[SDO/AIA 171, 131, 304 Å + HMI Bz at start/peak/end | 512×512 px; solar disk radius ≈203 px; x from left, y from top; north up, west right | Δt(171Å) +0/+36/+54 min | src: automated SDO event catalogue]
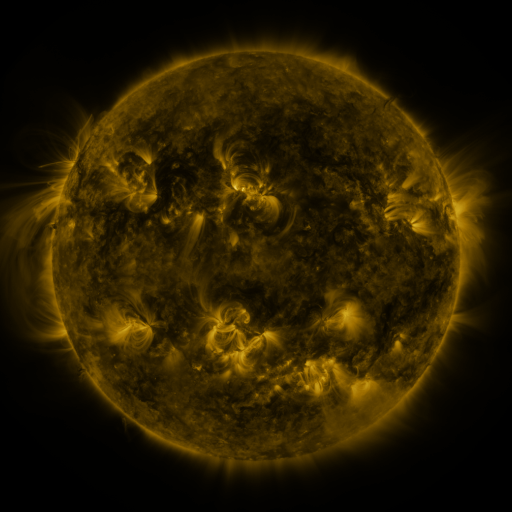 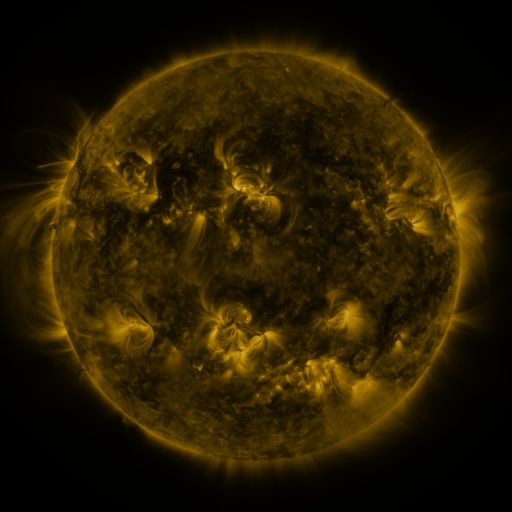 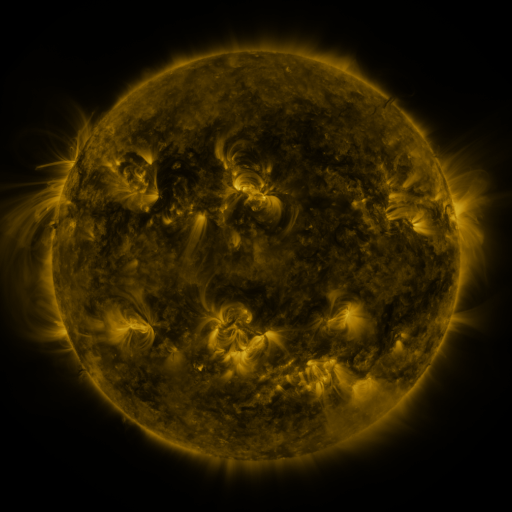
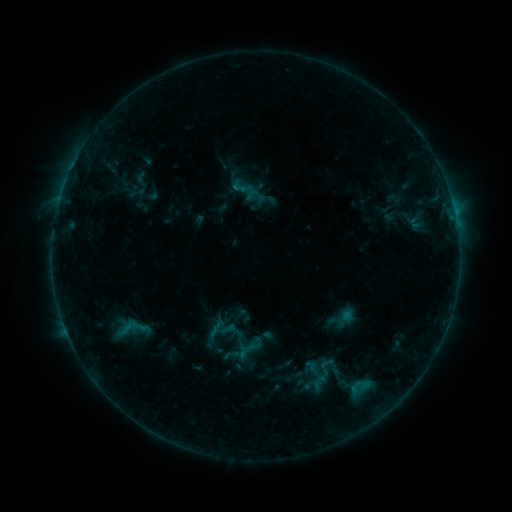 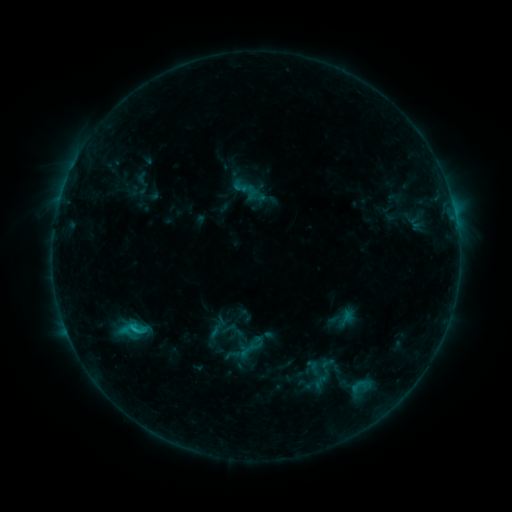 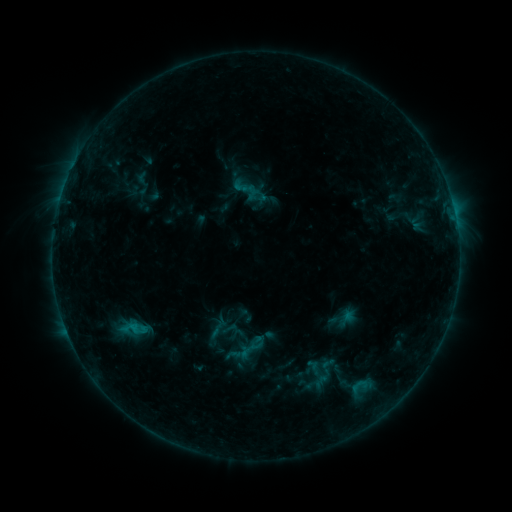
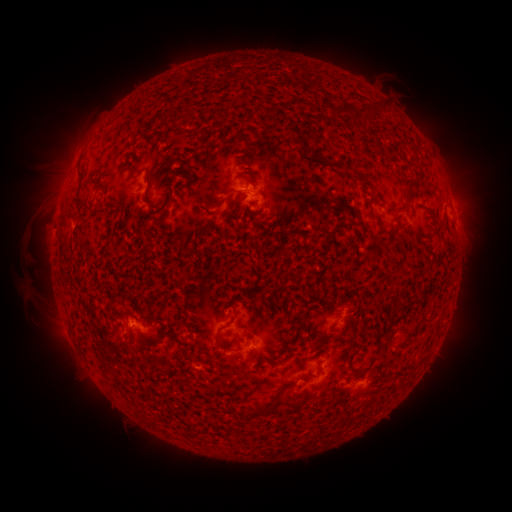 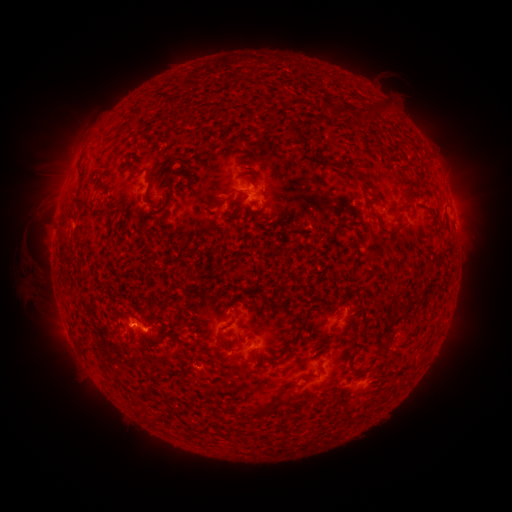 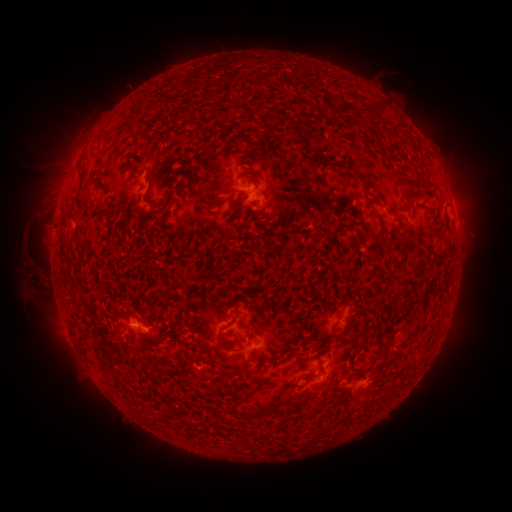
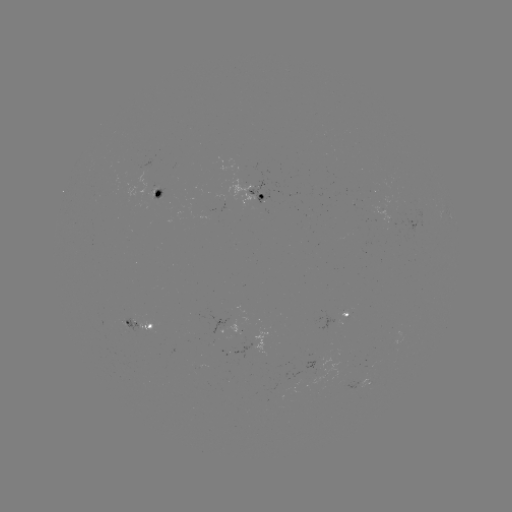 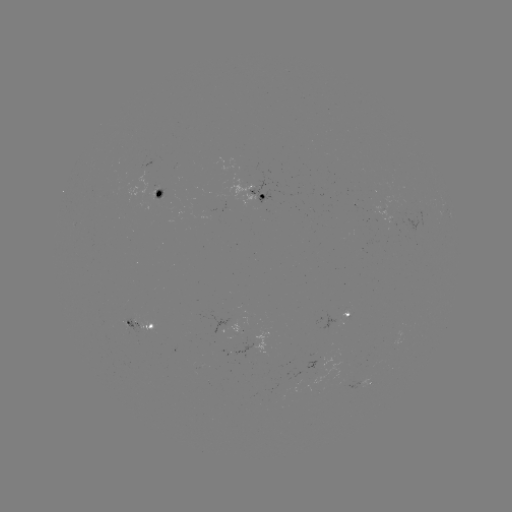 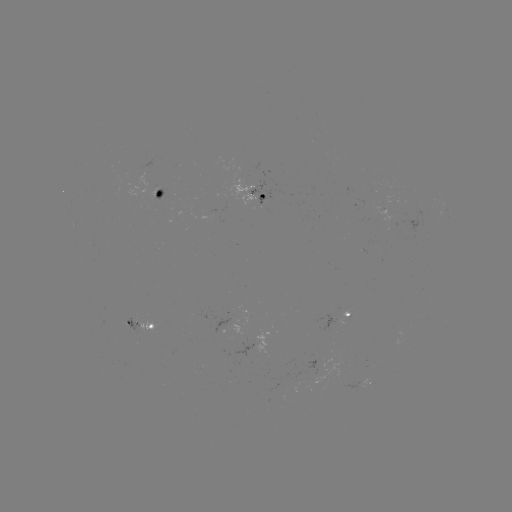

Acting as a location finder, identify B9.8 flare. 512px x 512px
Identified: [135, 328].